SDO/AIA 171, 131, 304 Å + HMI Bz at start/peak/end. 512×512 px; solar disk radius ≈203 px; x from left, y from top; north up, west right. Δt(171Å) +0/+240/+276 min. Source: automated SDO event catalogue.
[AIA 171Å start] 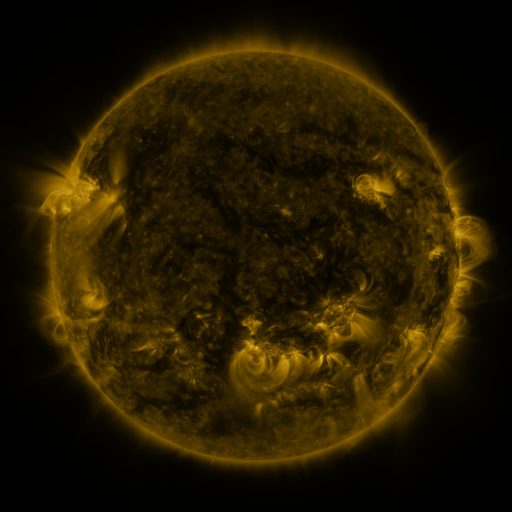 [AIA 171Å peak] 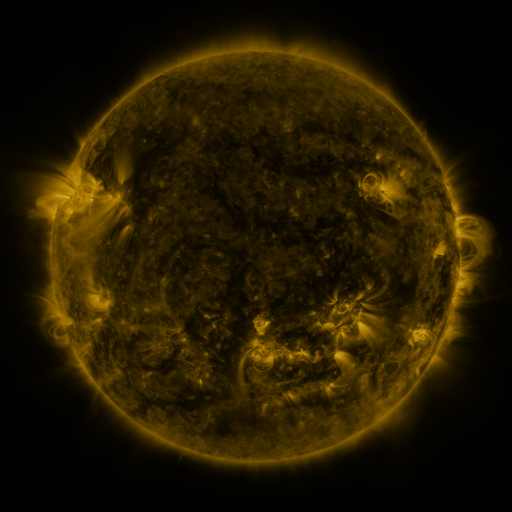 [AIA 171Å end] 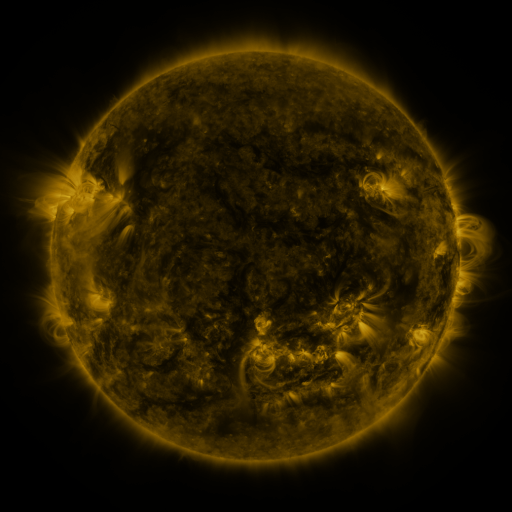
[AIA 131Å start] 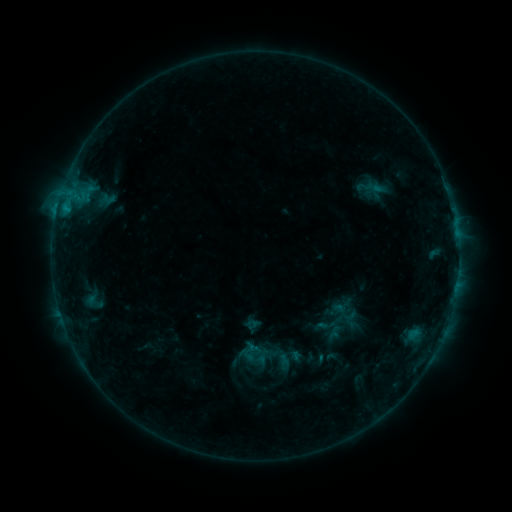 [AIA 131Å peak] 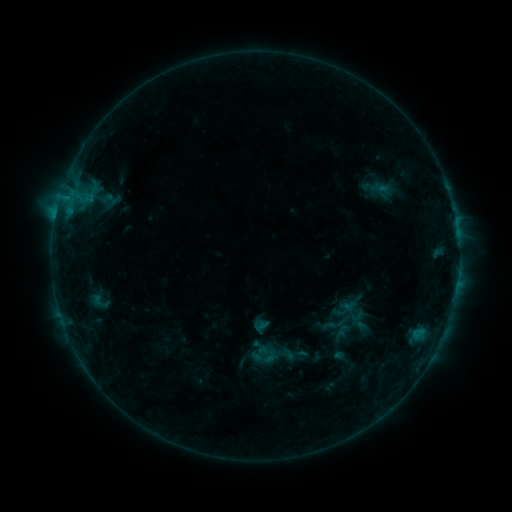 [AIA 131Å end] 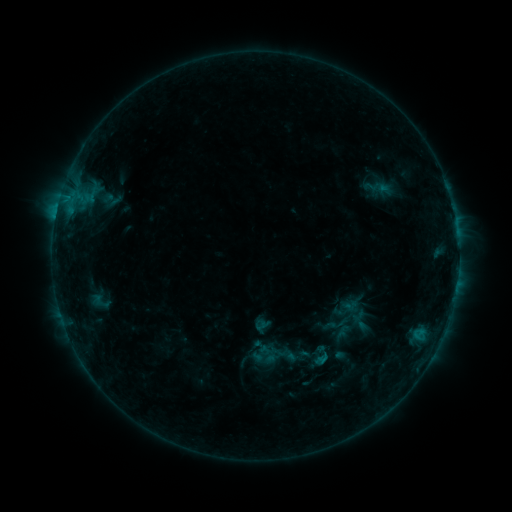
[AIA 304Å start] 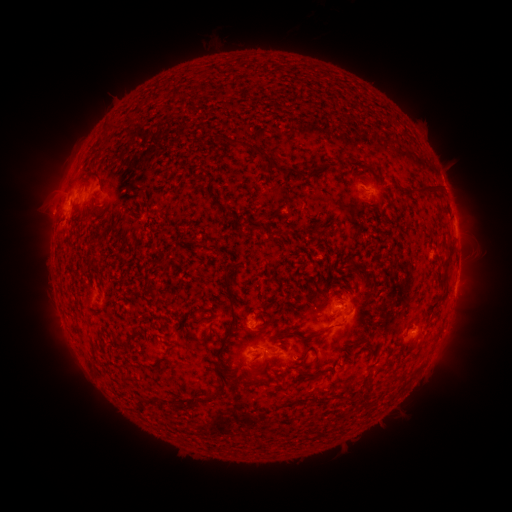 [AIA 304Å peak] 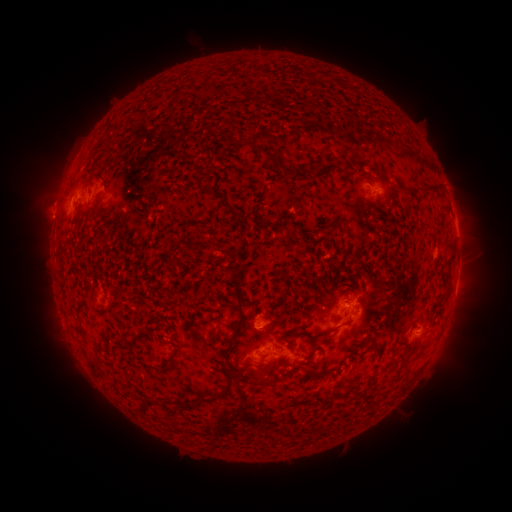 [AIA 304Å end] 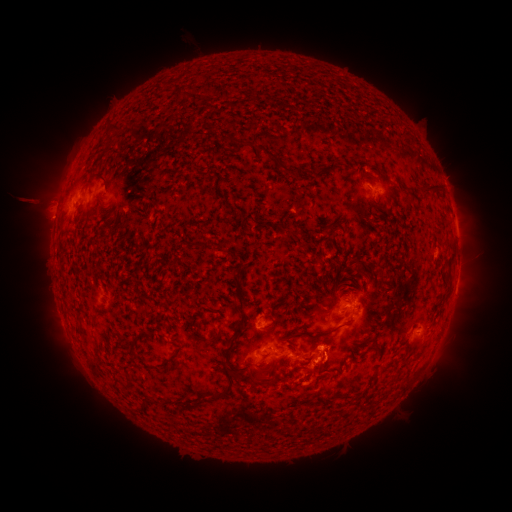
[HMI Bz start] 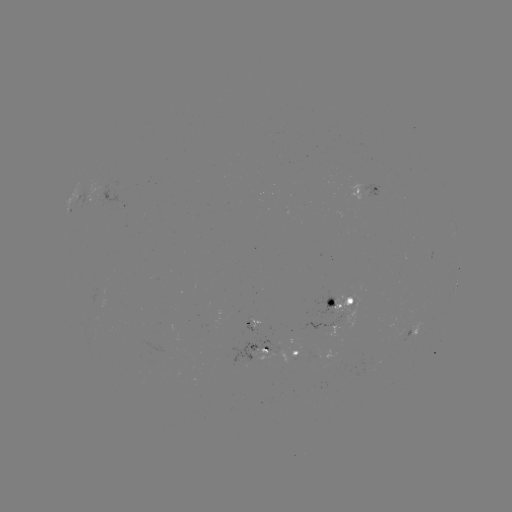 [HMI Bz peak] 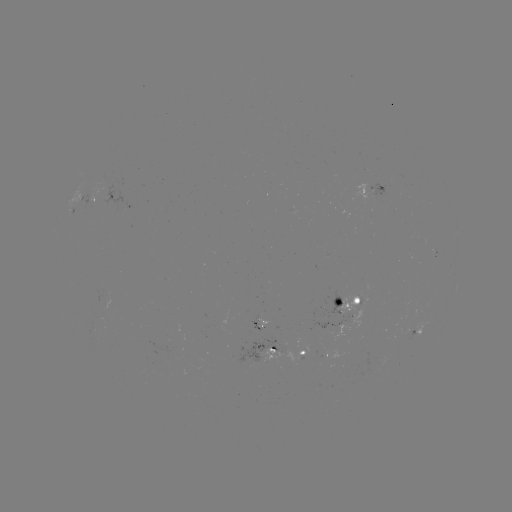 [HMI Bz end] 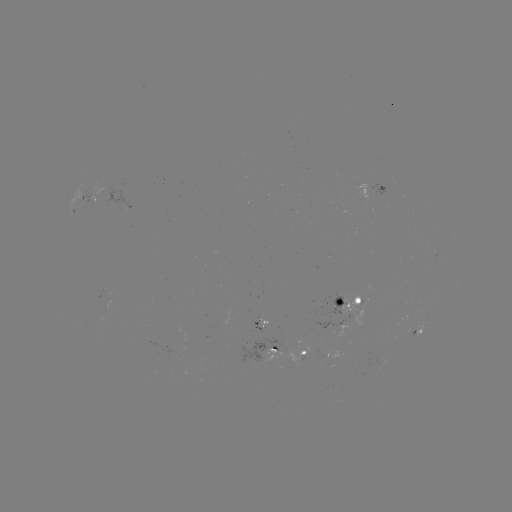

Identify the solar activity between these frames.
emerging-flux region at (263, 325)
